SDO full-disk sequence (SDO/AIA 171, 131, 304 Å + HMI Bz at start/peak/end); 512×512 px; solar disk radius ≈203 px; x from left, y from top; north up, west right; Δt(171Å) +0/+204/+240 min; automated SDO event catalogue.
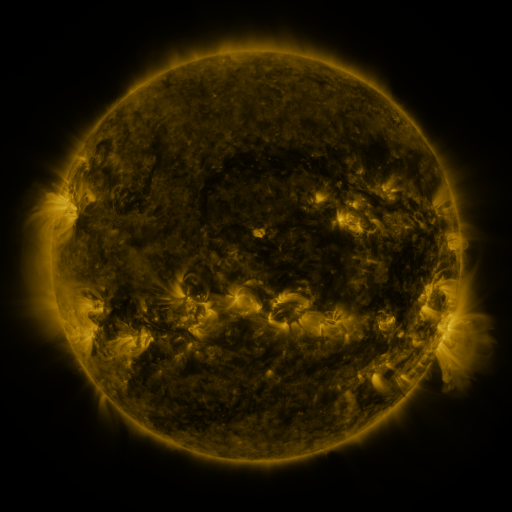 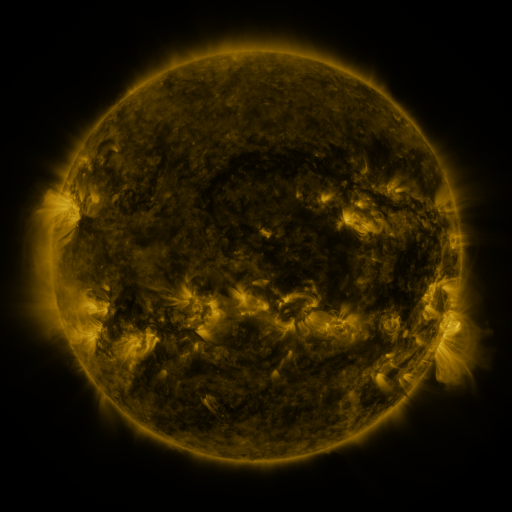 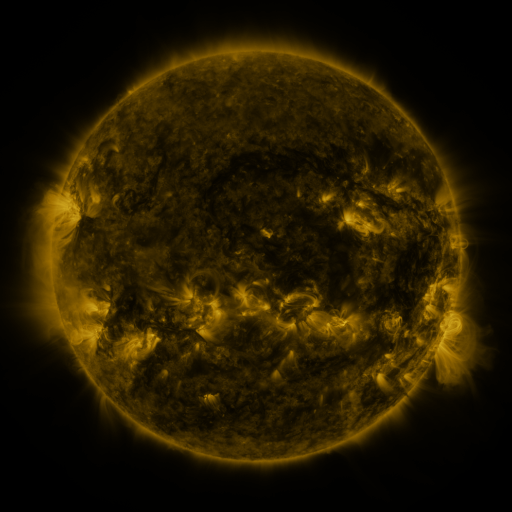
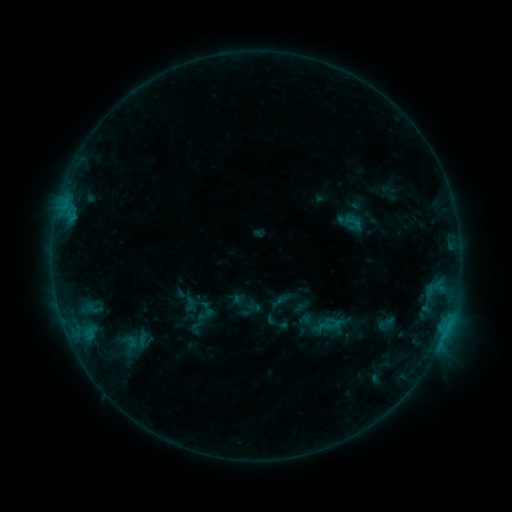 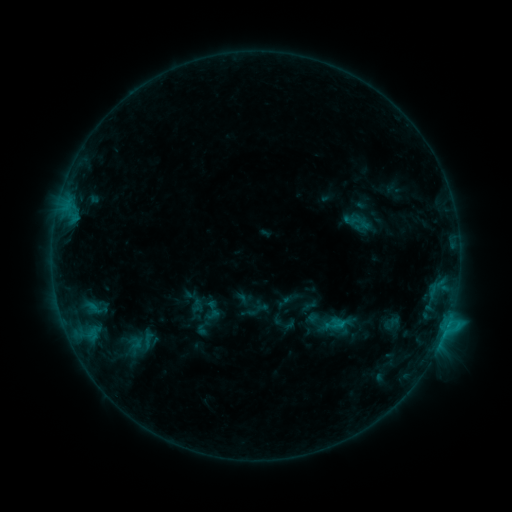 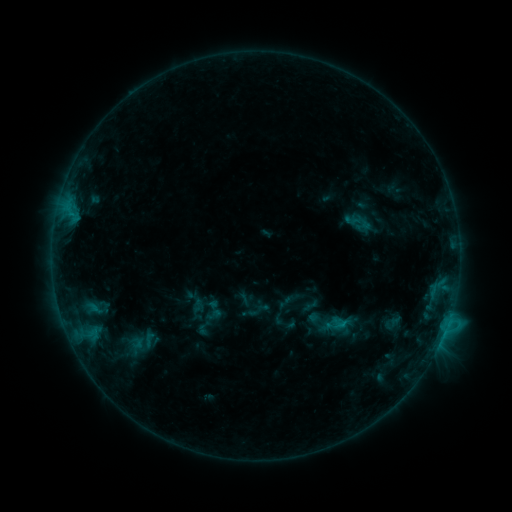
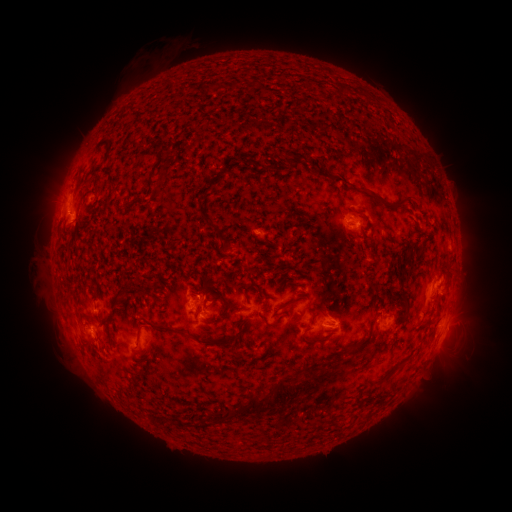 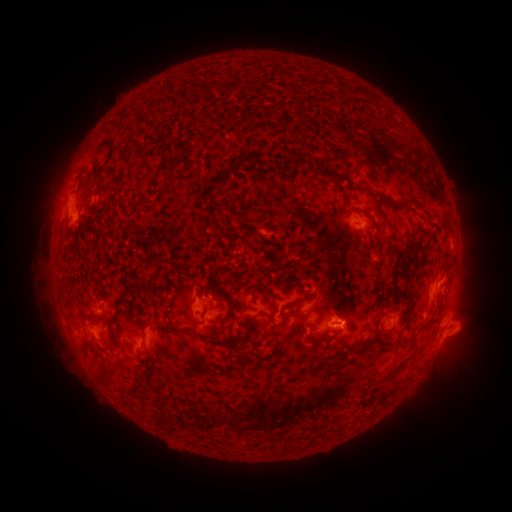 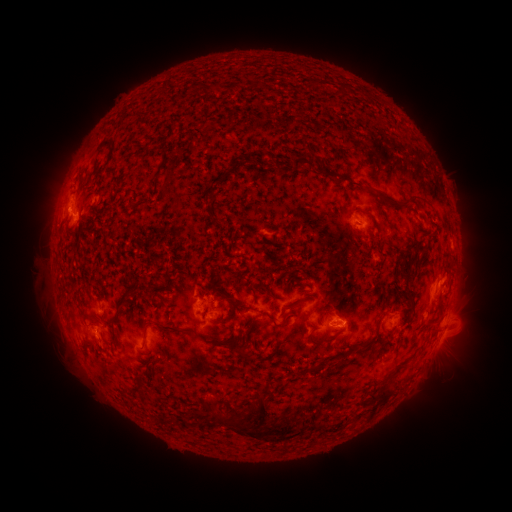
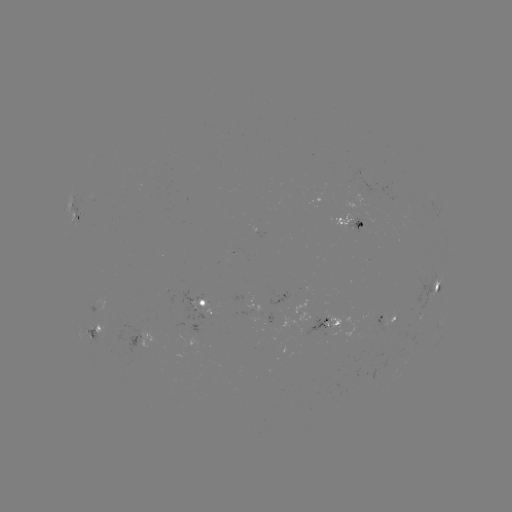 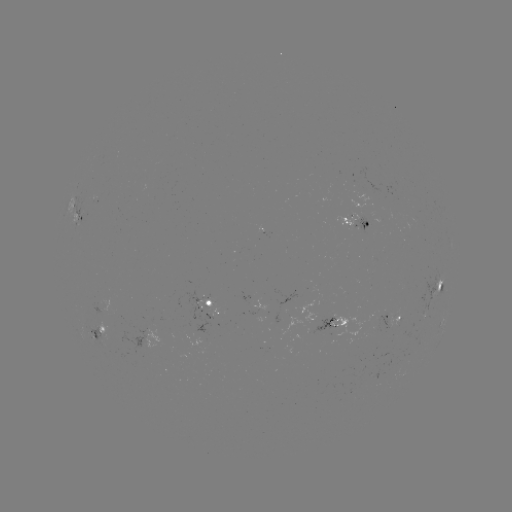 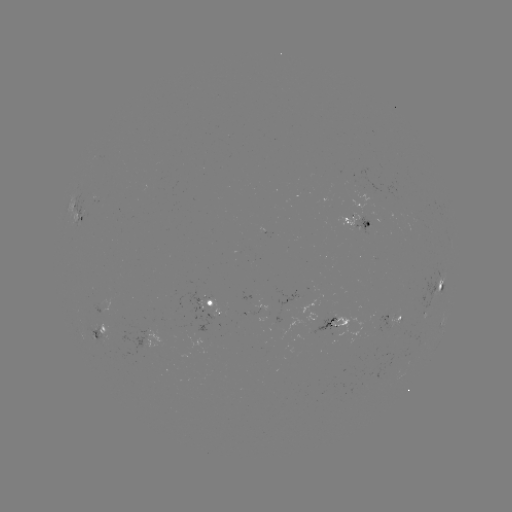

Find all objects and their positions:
emerging-flux region: (387, 317)
